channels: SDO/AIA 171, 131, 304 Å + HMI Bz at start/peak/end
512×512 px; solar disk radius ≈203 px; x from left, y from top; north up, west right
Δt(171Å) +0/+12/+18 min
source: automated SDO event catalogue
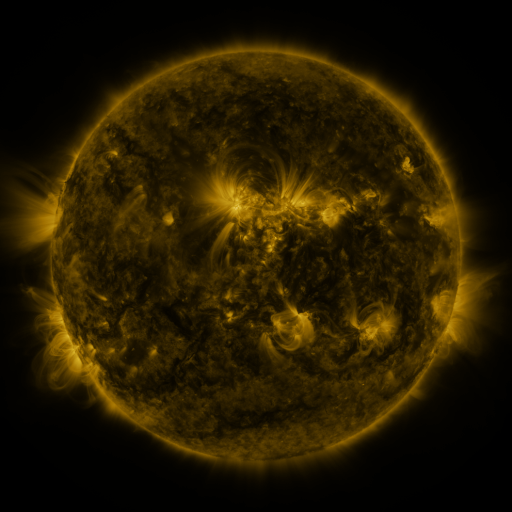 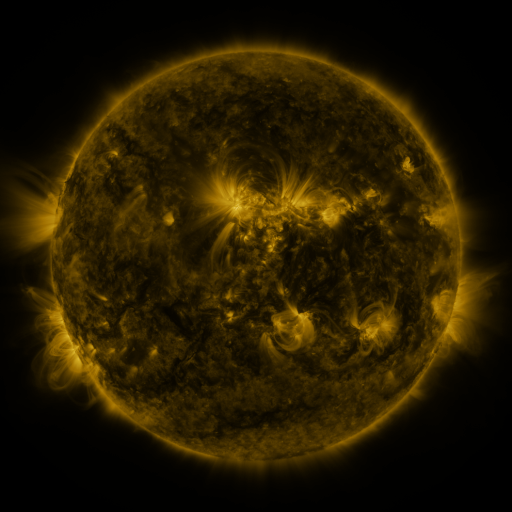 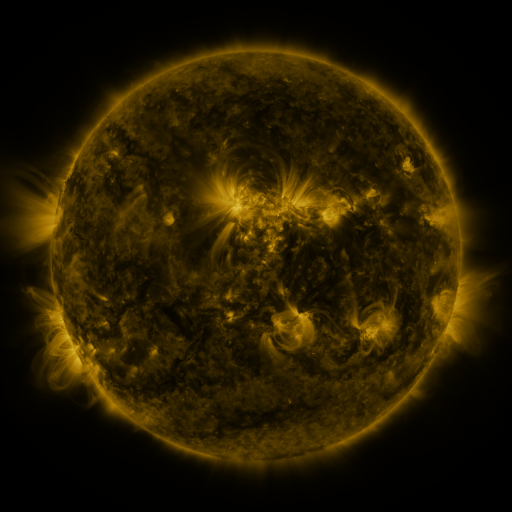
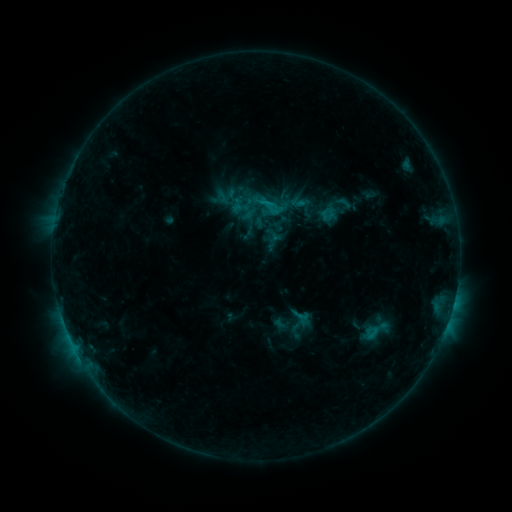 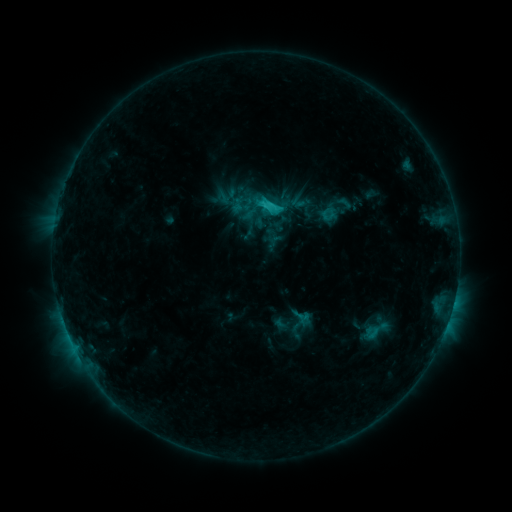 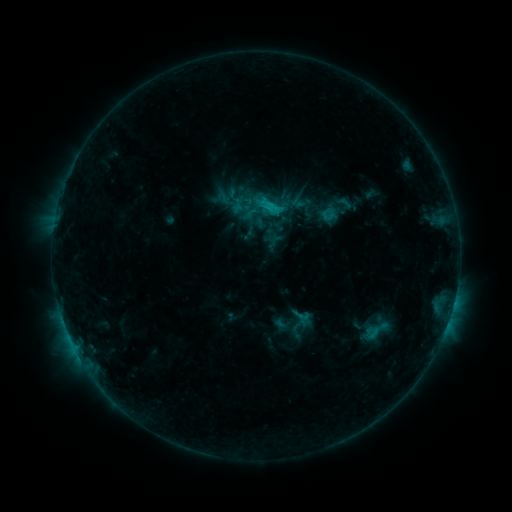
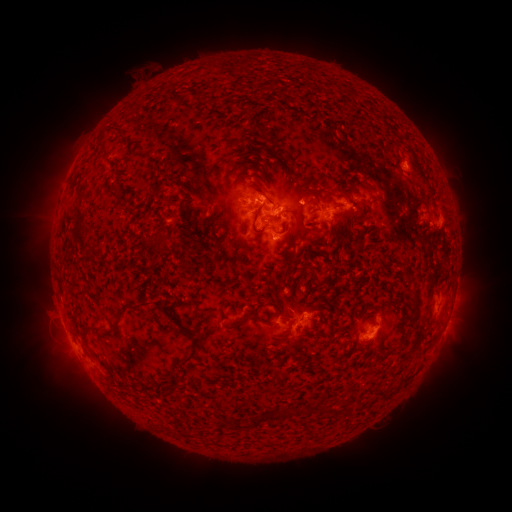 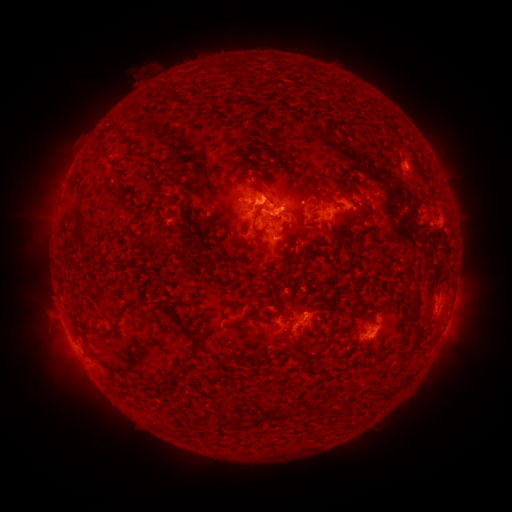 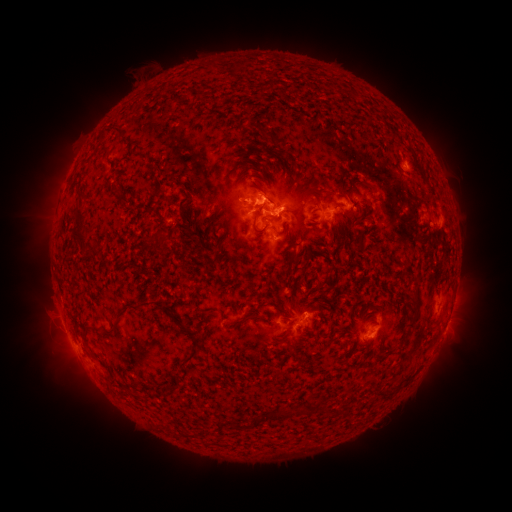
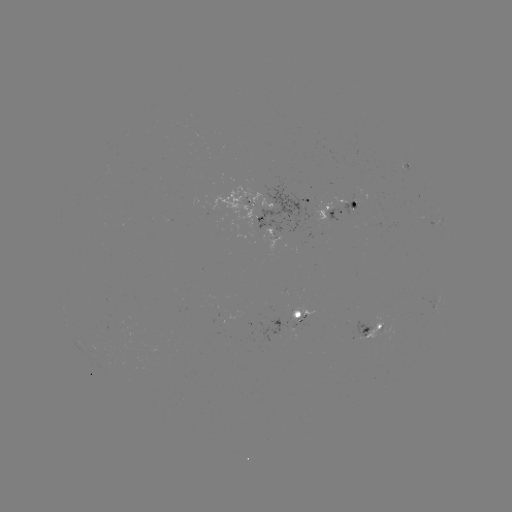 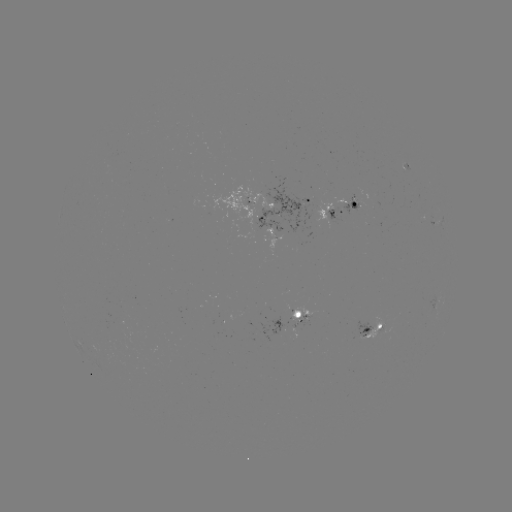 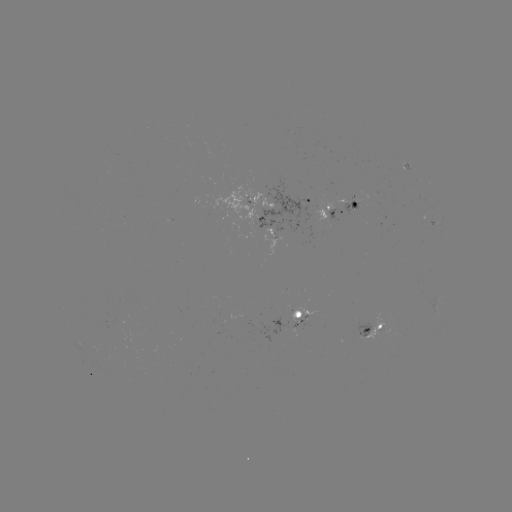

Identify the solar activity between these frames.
C2.0 flare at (262, 207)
